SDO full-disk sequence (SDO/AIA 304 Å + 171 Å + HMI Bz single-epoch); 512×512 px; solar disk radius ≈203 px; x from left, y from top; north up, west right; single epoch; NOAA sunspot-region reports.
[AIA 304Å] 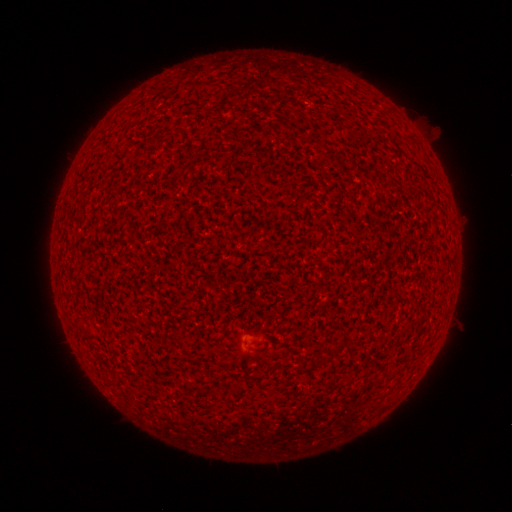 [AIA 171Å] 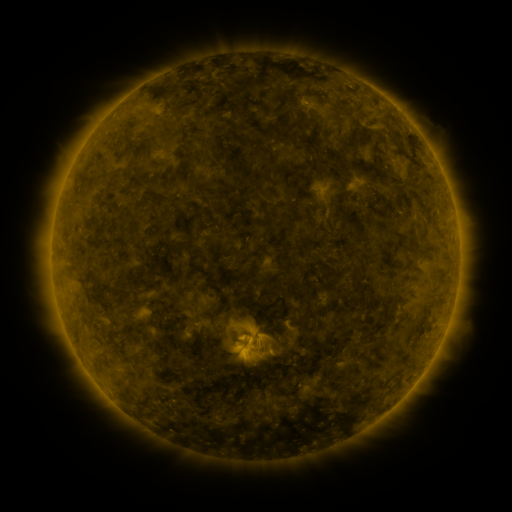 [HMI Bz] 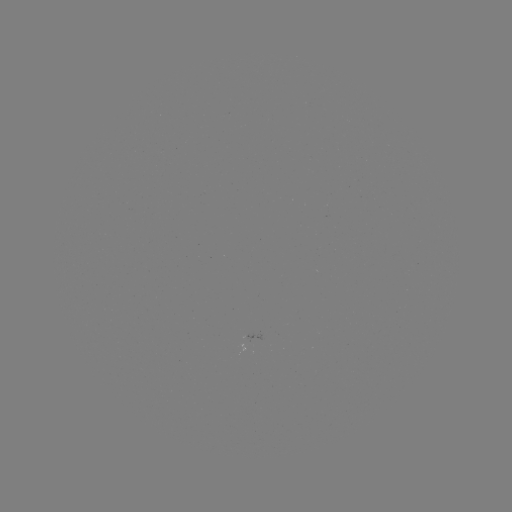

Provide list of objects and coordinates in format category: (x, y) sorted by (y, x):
(none)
